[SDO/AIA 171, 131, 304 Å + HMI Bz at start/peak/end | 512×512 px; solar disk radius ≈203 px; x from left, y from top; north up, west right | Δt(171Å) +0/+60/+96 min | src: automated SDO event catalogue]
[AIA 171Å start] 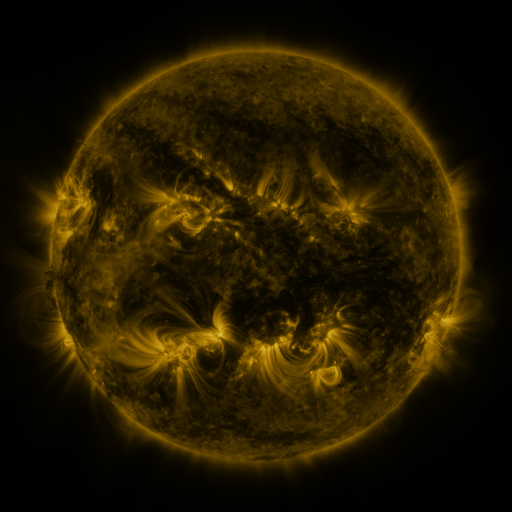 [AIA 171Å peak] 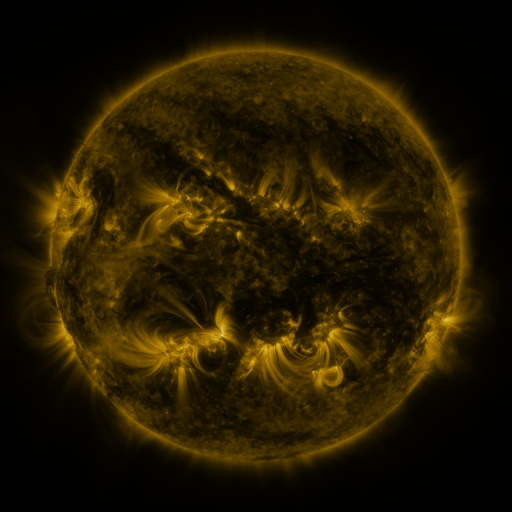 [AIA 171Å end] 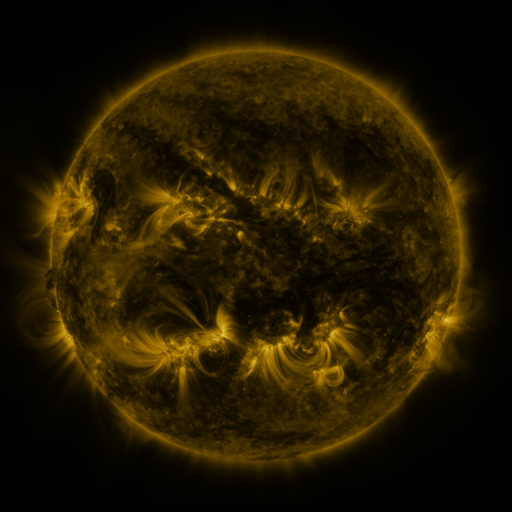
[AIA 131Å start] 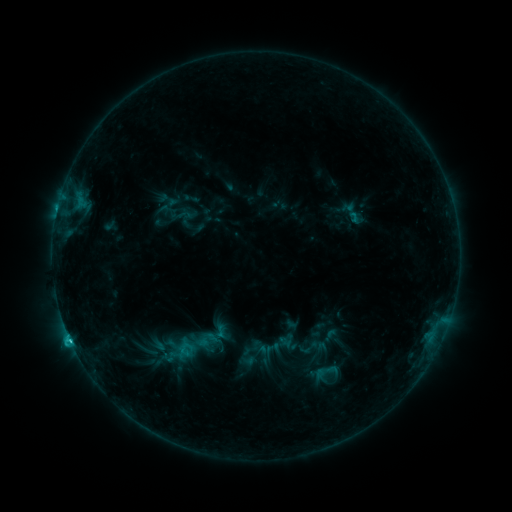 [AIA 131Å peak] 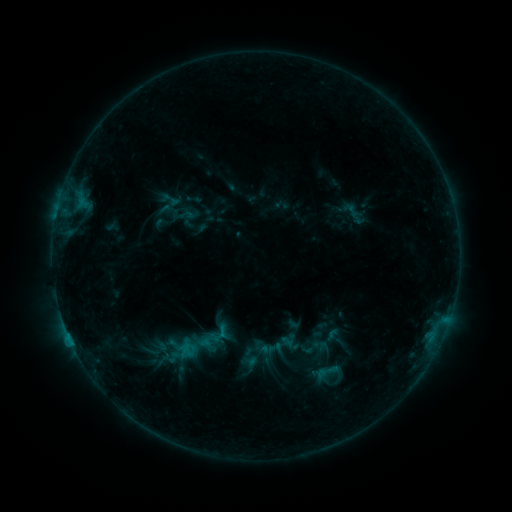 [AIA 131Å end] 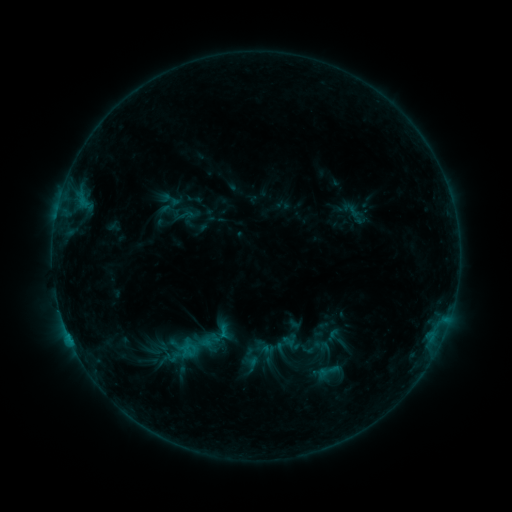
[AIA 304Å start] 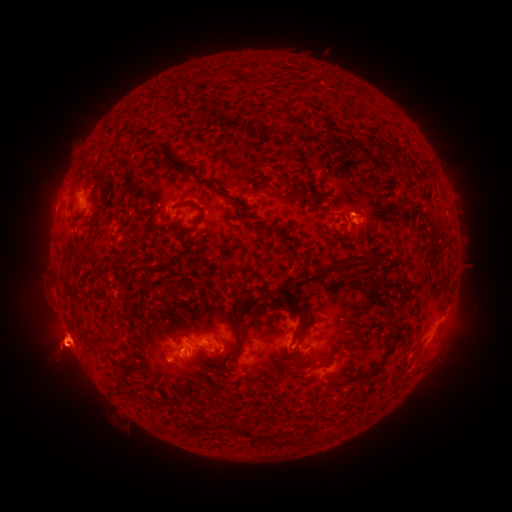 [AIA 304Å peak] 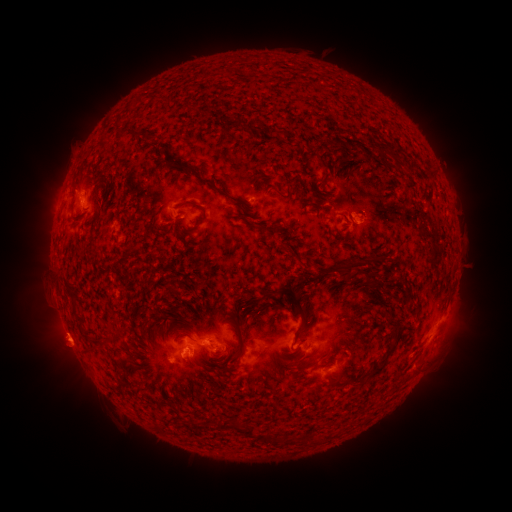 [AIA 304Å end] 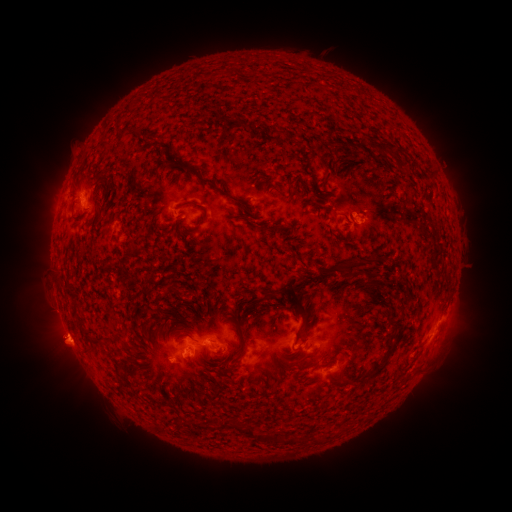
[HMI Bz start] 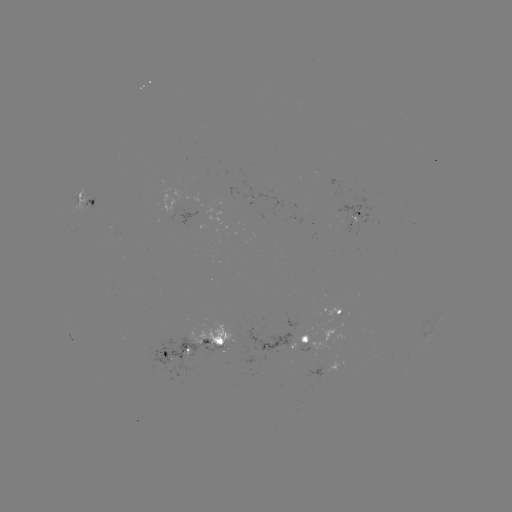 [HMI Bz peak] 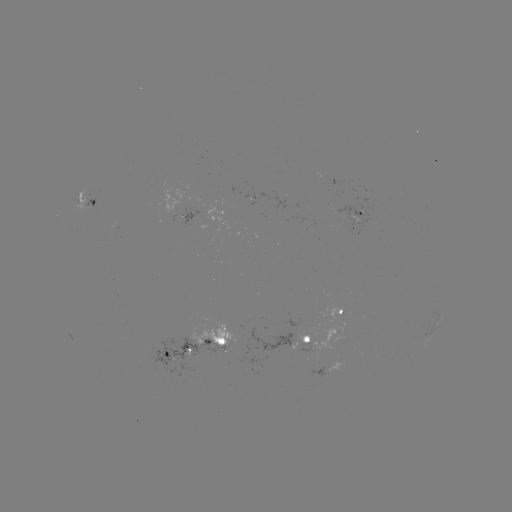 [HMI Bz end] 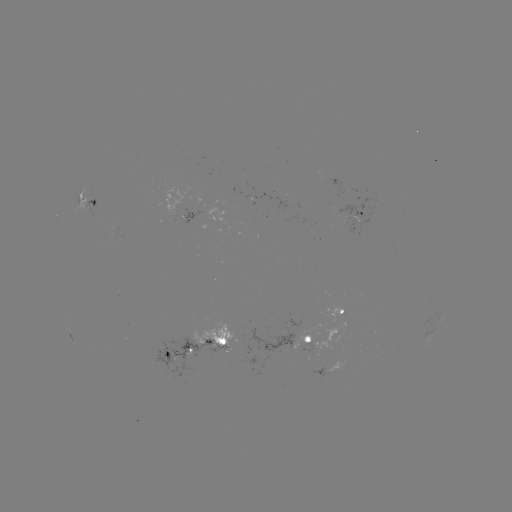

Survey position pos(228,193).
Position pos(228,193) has emerging-flux region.